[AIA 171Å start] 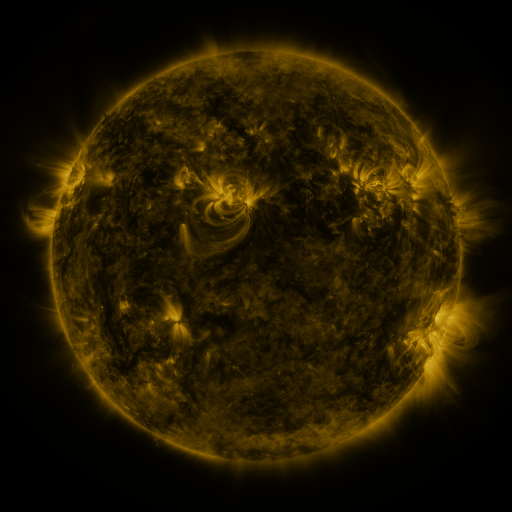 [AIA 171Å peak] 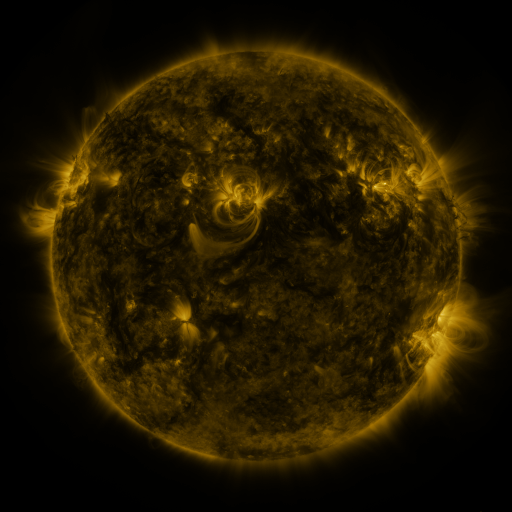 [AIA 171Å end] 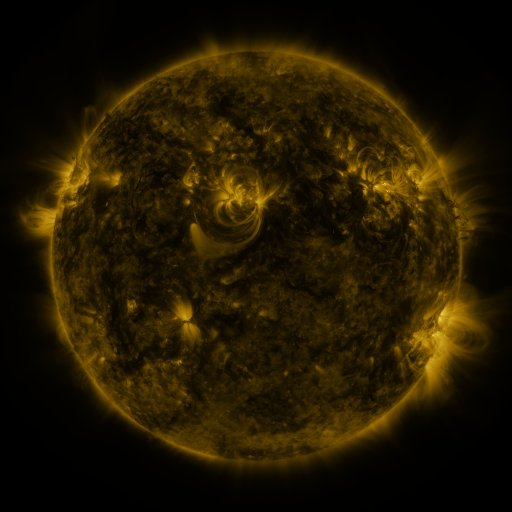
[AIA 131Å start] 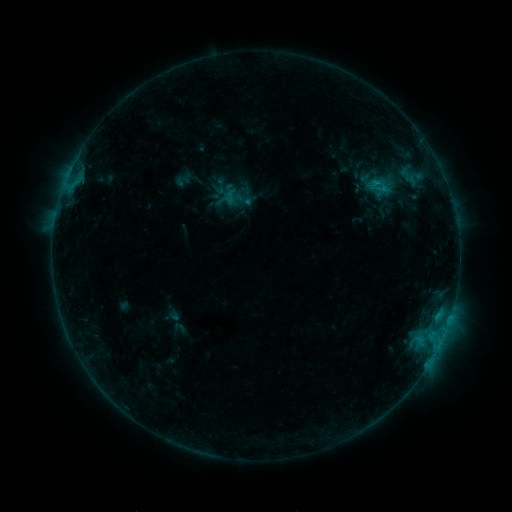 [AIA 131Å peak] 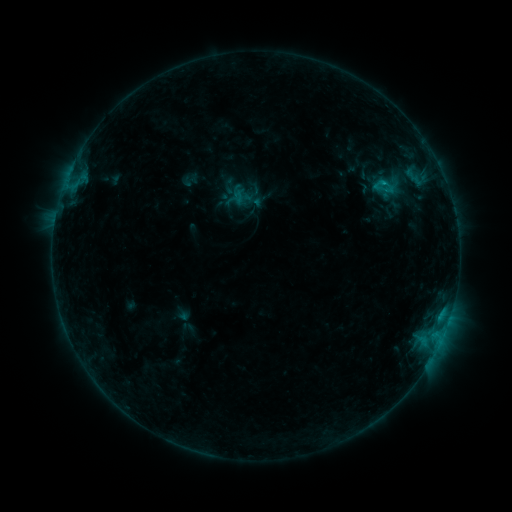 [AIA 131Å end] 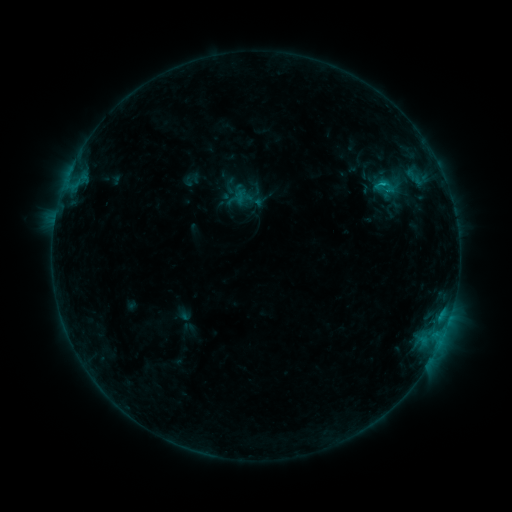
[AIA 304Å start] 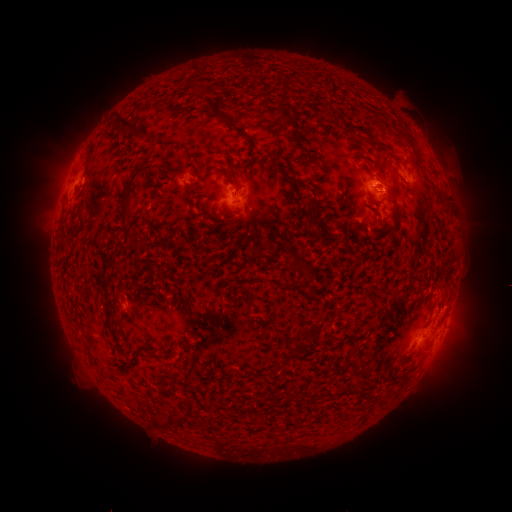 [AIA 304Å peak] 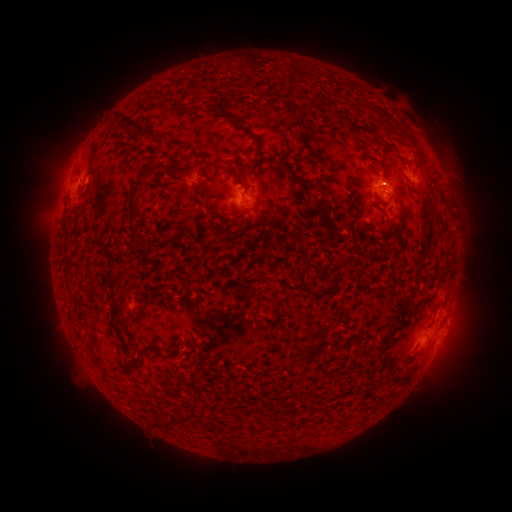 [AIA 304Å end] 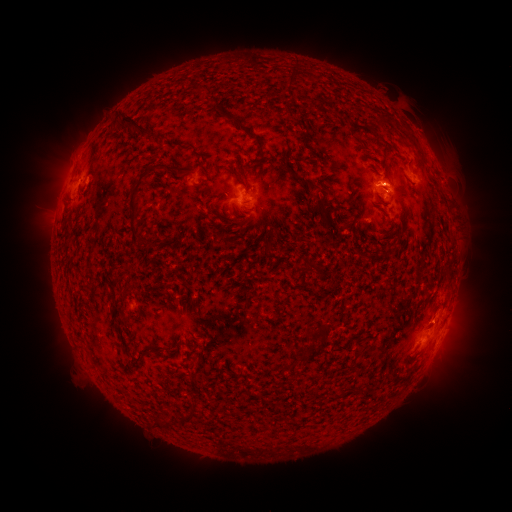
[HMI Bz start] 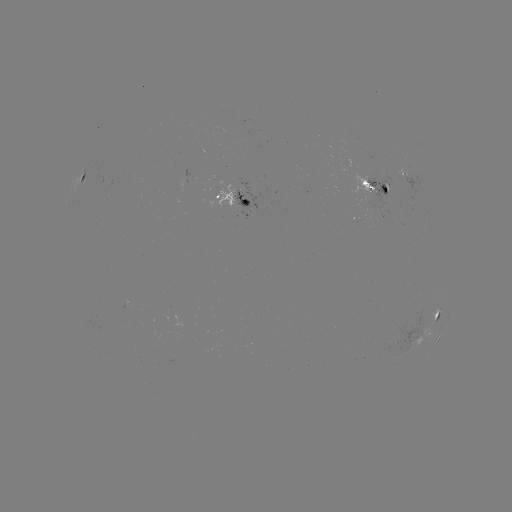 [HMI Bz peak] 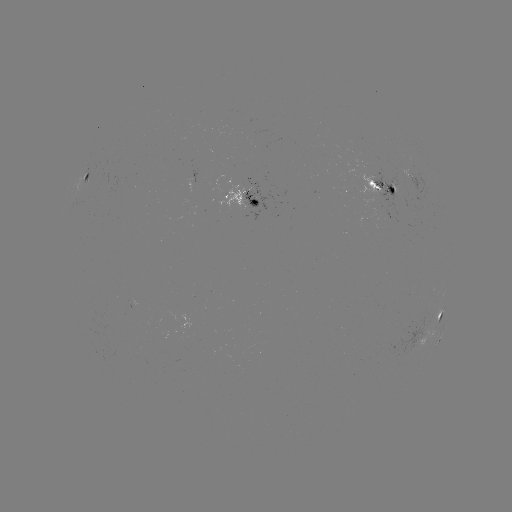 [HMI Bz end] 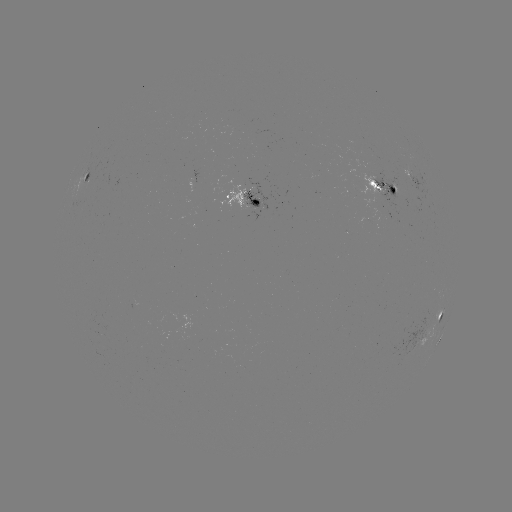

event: emerging-flux region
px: (391, 189)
